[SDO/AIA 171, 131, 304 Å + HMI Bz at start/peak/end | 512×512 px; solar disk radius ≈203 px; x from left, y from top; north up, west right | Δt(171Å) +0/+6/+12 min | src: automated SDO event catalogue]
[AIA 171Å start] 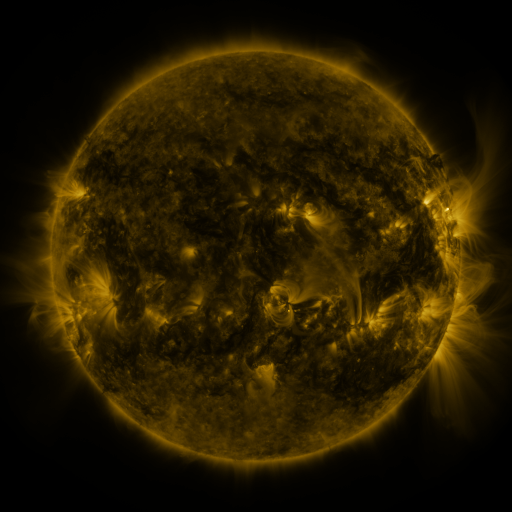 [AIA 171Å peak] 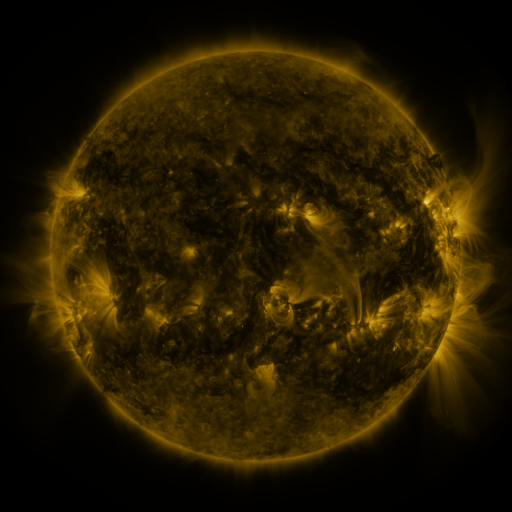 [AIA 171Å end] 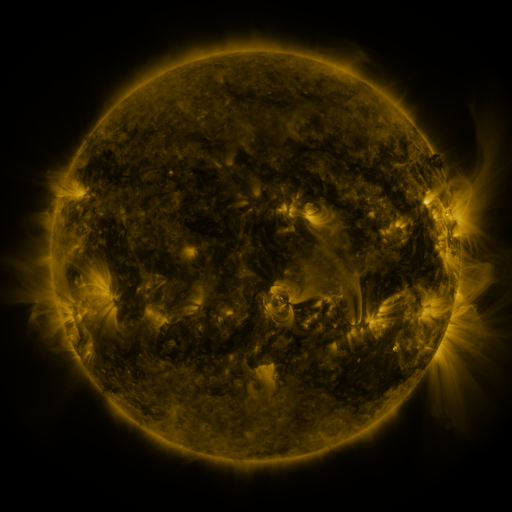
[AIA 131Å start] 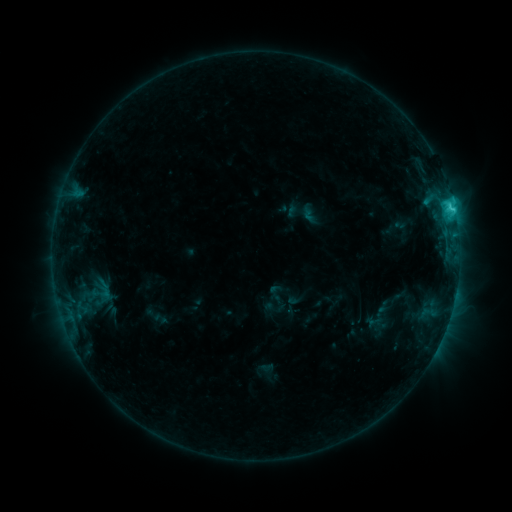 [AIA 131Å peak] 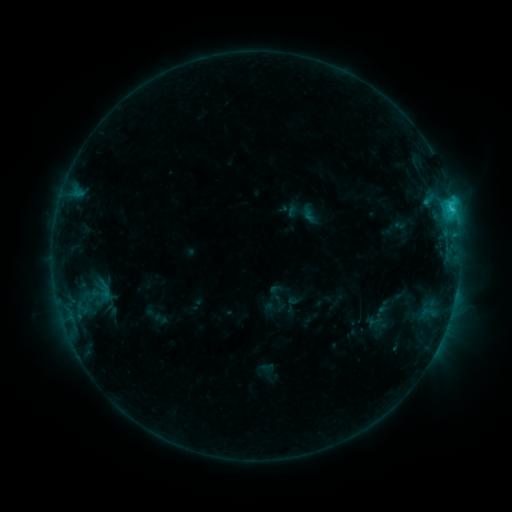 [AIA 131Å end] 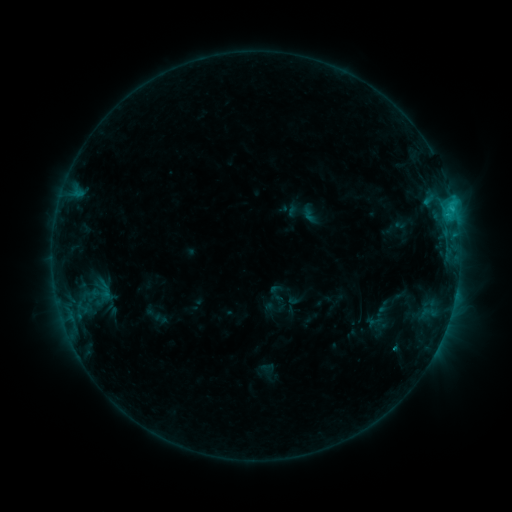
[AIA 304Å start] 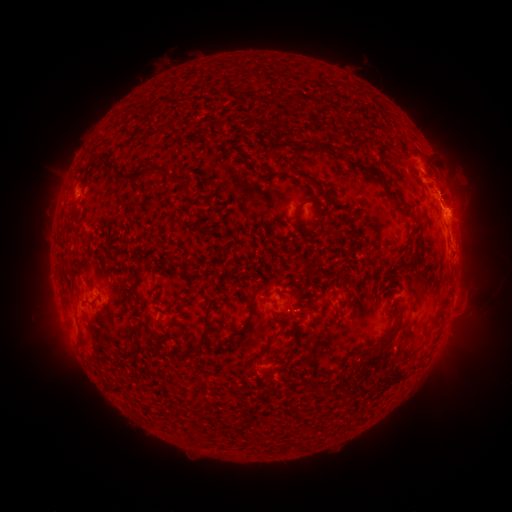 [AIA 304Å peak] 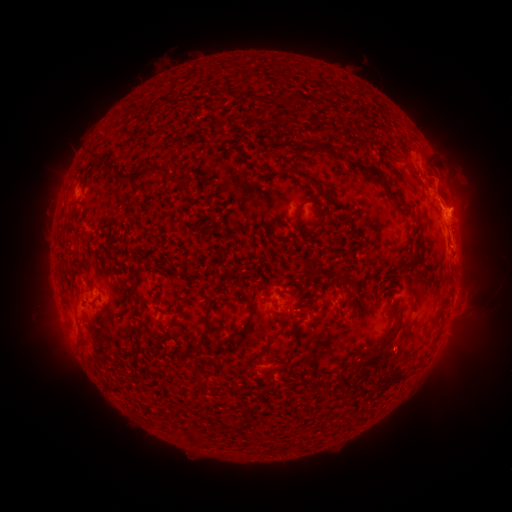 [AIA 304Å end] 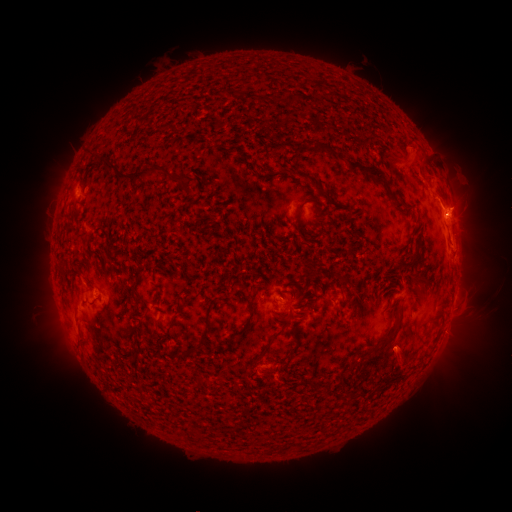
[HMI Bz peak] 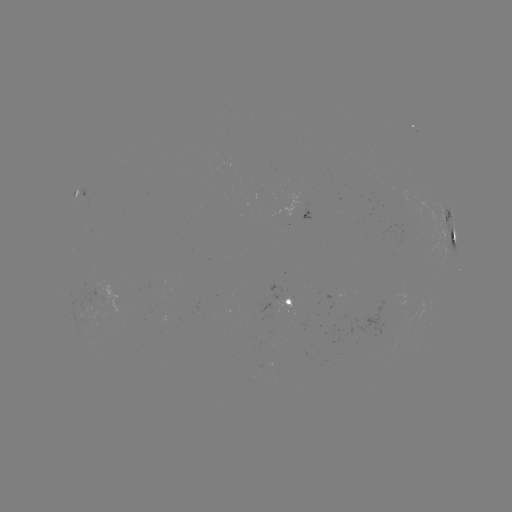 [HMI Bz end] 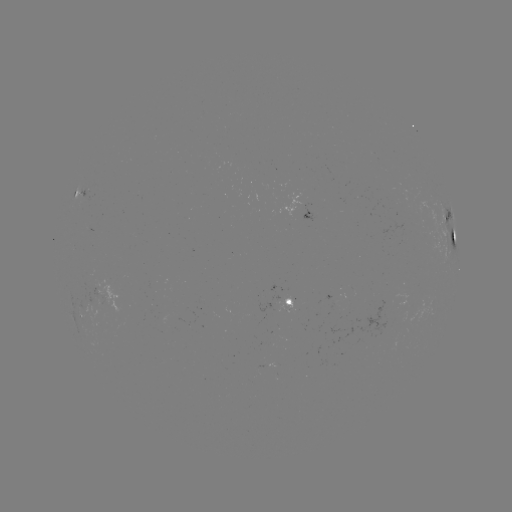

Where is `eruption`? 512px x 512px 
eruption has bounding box [379, 324, 428, 385].